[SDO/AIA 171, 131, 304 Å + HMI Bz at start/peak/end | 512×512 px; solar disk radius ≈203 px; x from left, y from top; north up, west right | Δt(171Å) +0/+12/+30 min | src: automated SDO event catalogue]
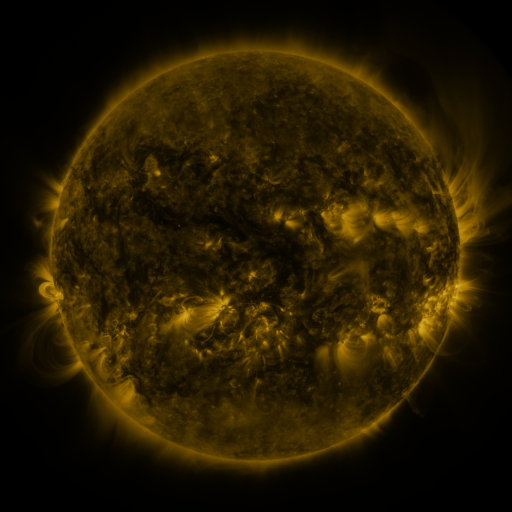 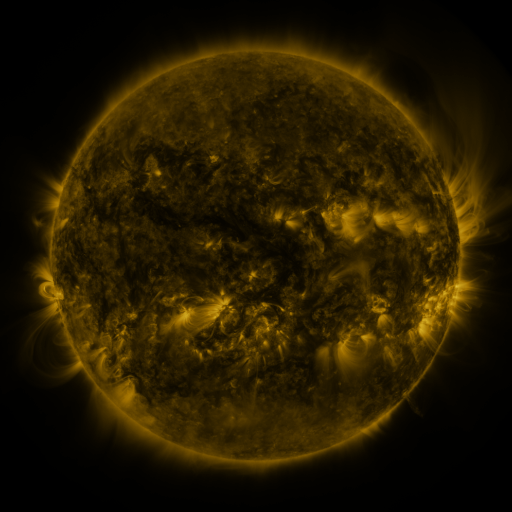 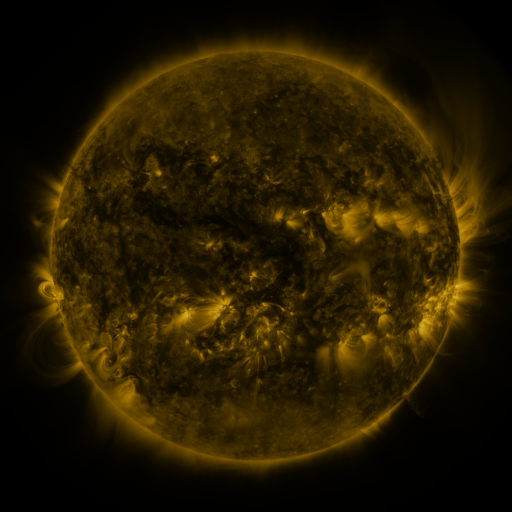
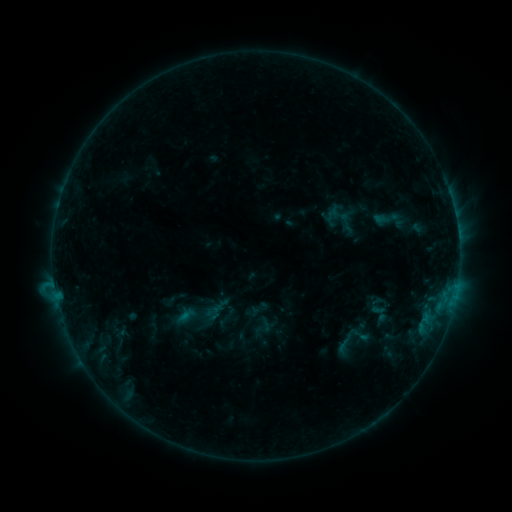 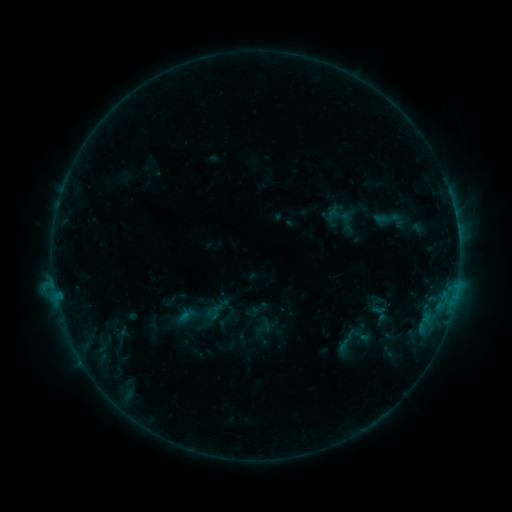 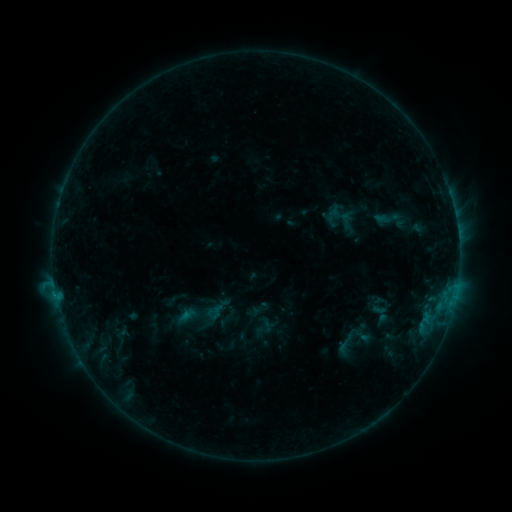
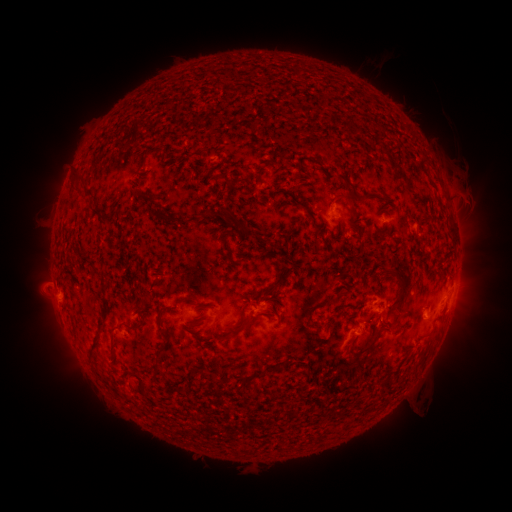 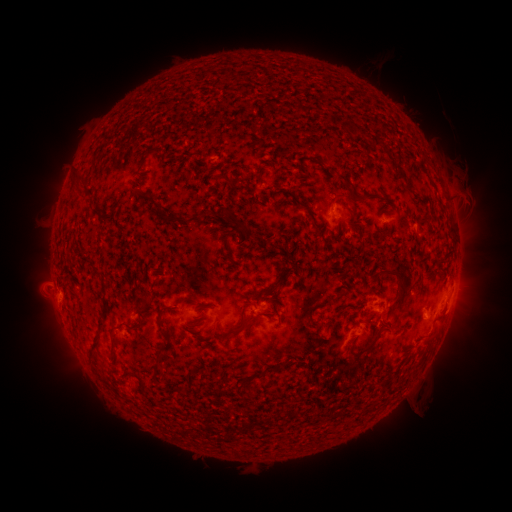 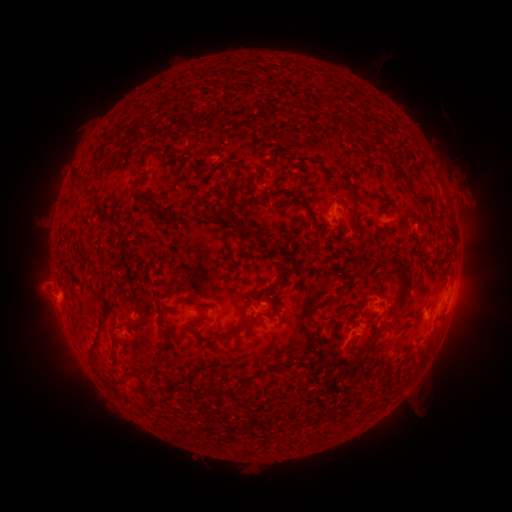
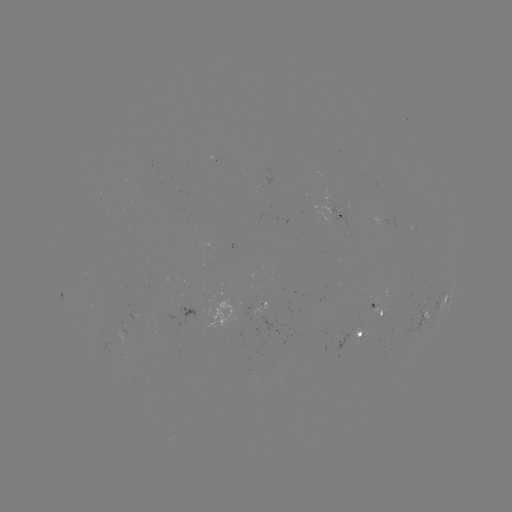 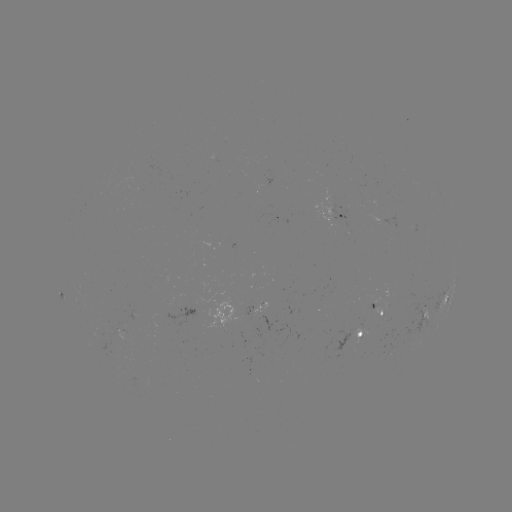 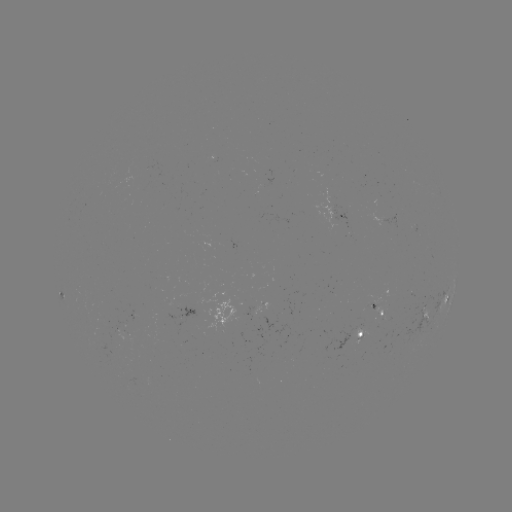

nothing was catalogued: no classed flare, no EUV trigger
